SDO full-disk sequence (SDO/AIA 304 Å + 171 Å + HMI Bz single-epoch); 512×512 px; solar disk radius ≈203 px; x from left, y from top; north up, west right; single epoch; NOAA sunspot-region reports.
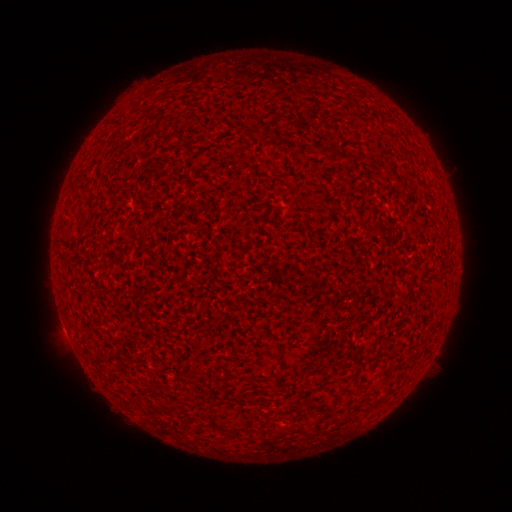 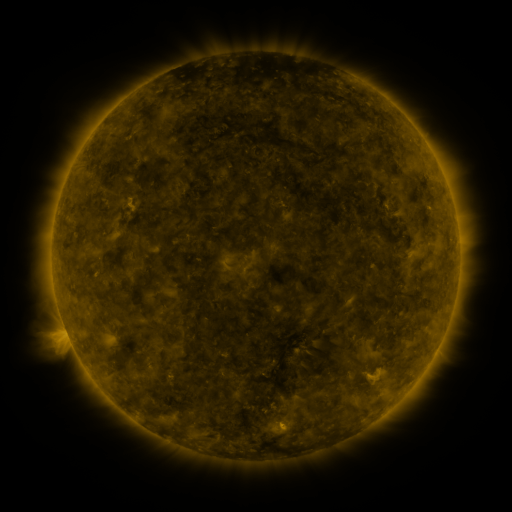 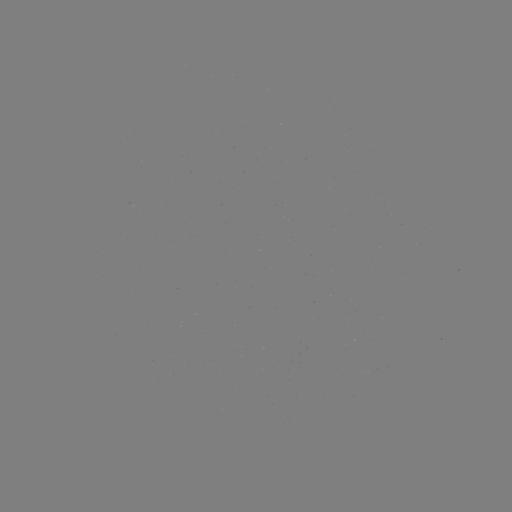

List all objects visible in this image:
(none)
